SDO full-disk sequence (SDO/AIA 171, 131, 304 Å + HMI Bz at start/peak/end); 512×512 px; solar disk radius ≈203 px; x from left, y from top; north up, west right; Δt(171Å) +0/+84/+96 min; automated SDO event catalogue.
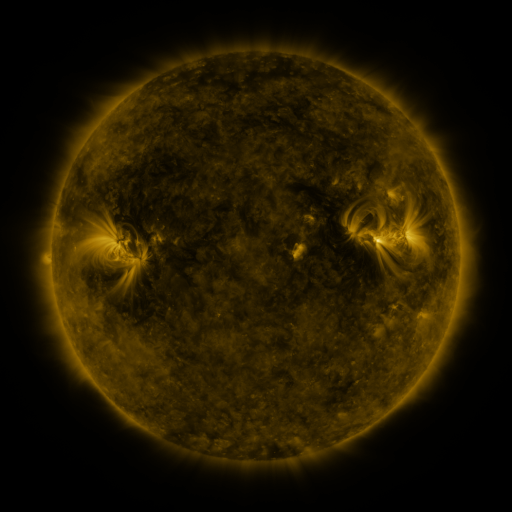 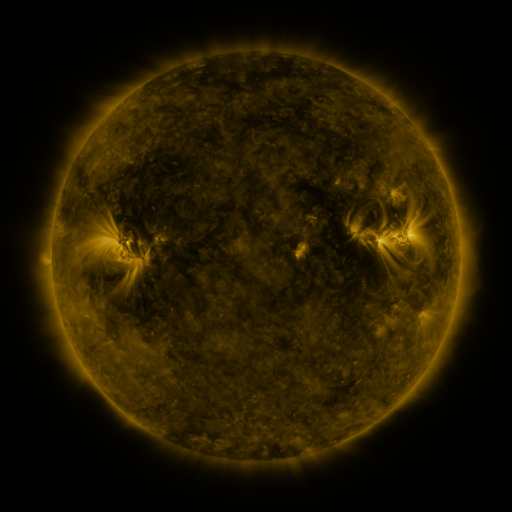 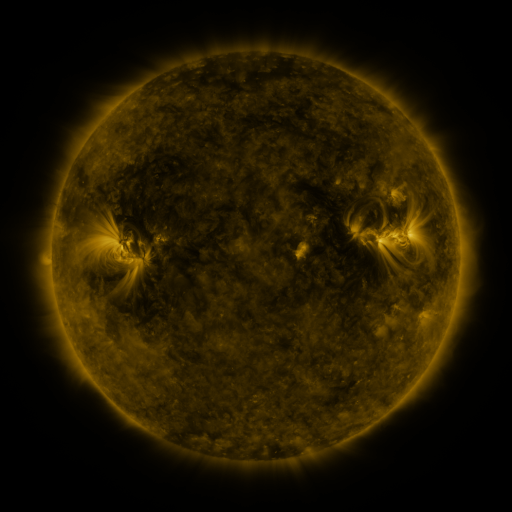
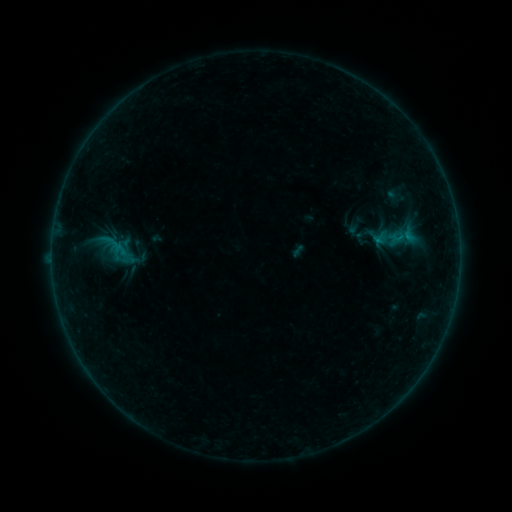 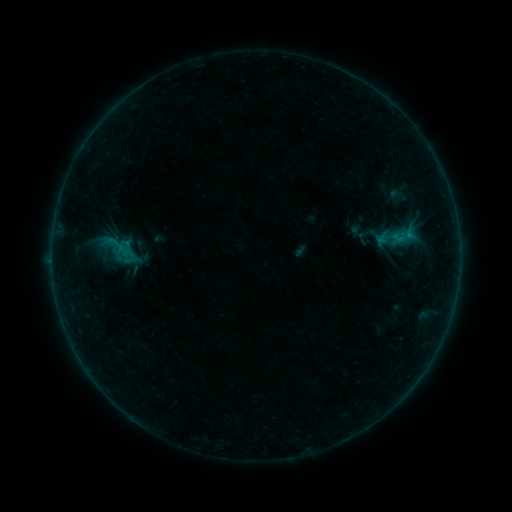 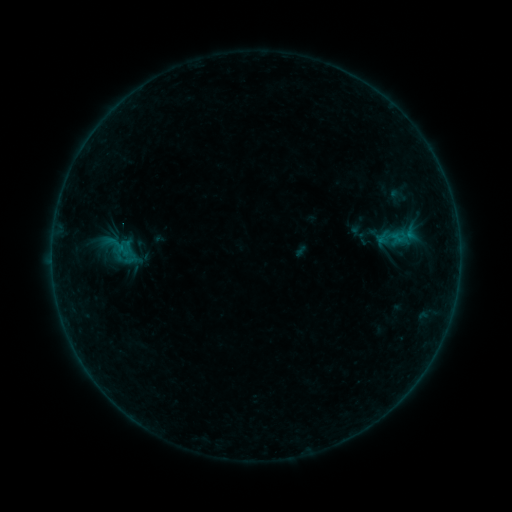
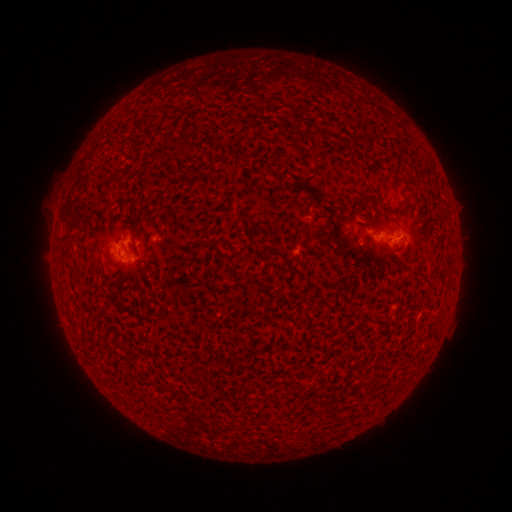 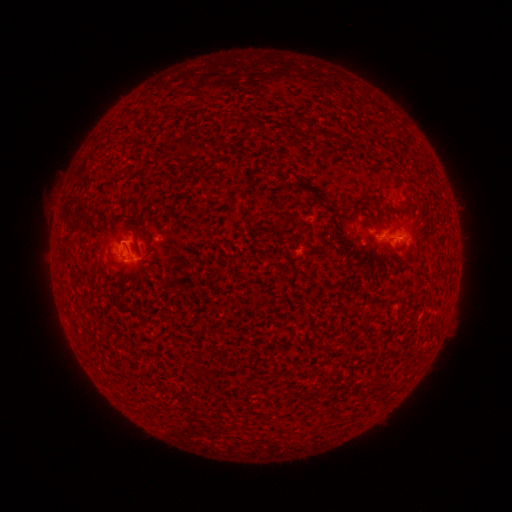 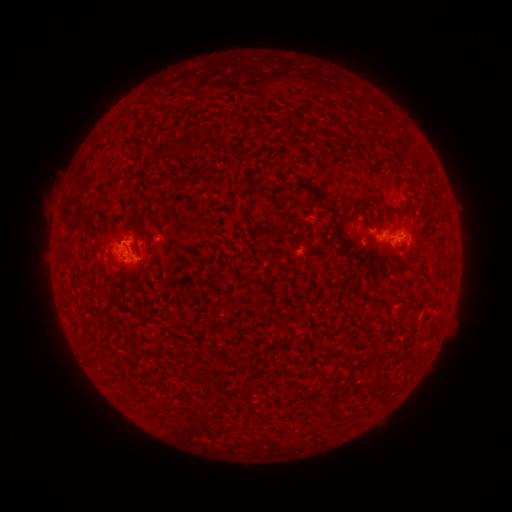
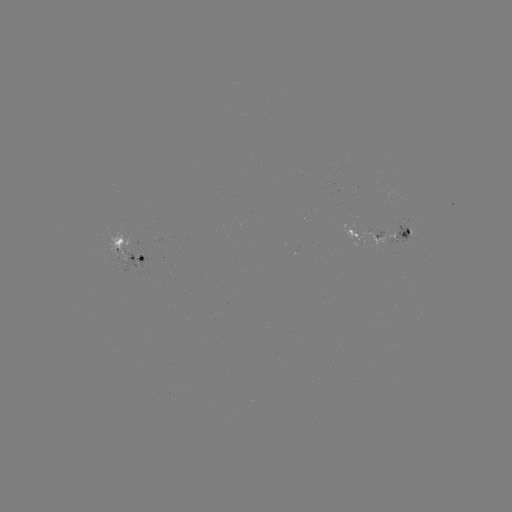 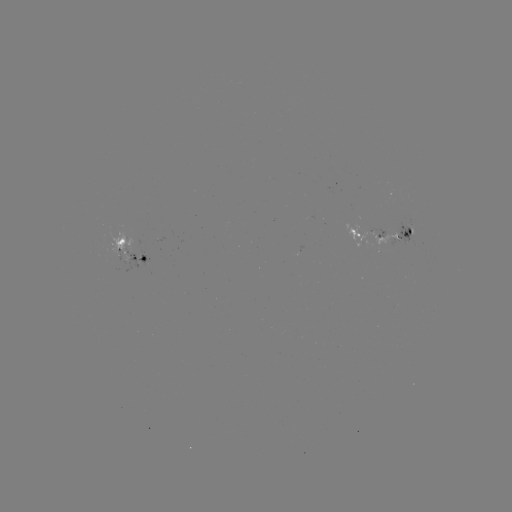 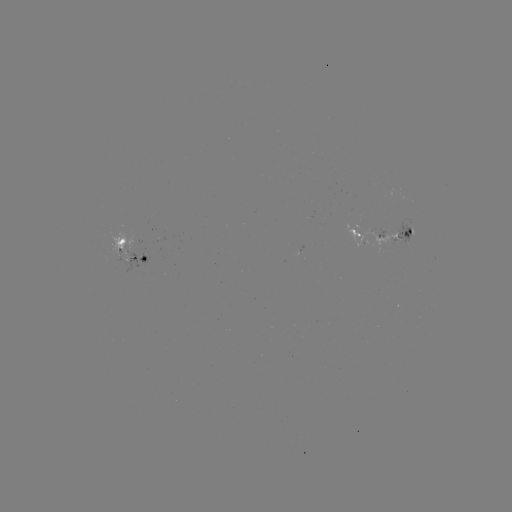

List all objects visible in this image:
emerging-flux region: (412, 224)
